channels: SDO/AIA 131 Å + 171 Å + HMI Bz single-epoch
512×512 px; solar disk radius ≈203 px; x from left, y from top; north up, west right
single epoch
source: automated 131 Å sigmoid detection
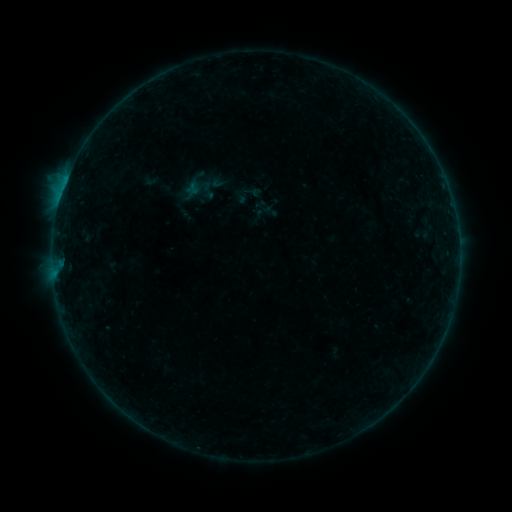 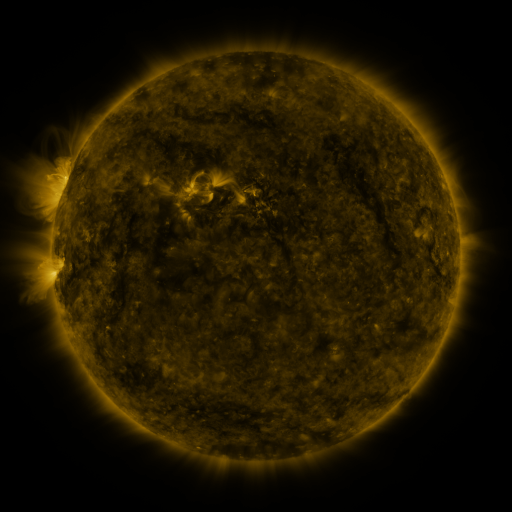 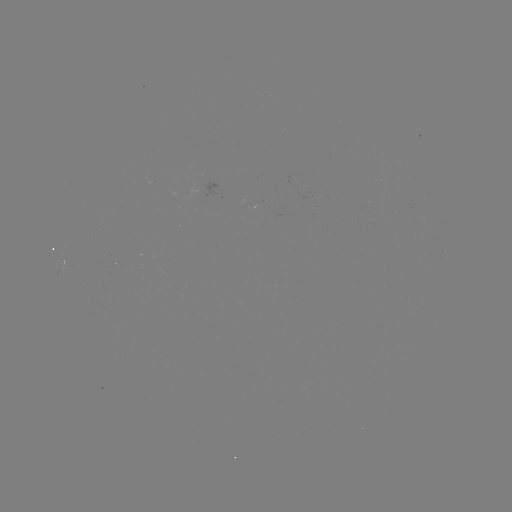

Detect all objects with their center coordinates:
sigmoid: (150, 181)
